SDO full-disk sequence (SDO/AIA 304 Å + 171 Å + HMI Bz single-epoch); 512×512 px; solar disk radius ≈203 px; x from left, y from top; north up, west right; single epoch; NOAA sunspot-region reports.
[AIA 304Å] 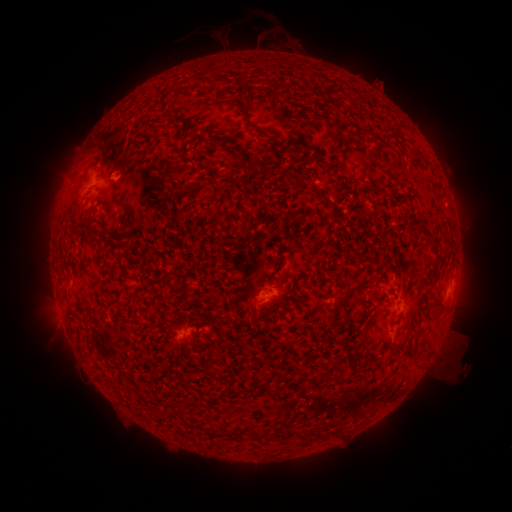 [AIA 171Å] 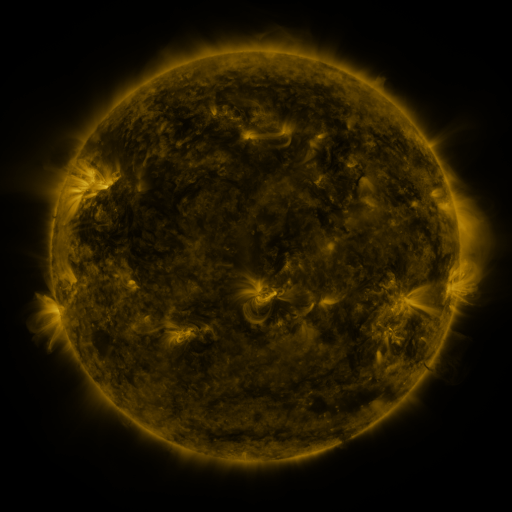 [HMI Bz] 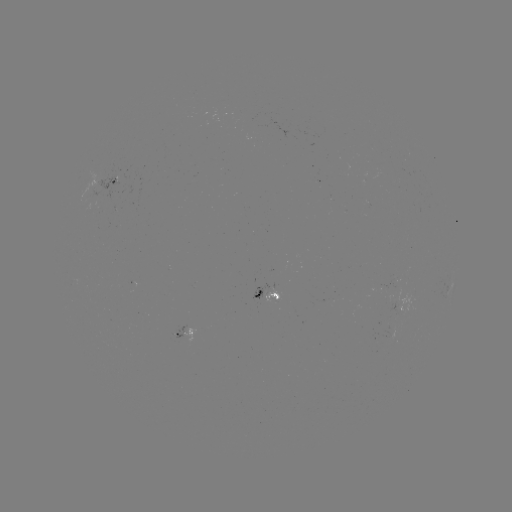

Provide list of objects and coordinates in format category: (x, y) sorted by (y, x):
spotted active region: (115, 183)
spotted active region: (266, 294)
spotted active region: (185, 330)
